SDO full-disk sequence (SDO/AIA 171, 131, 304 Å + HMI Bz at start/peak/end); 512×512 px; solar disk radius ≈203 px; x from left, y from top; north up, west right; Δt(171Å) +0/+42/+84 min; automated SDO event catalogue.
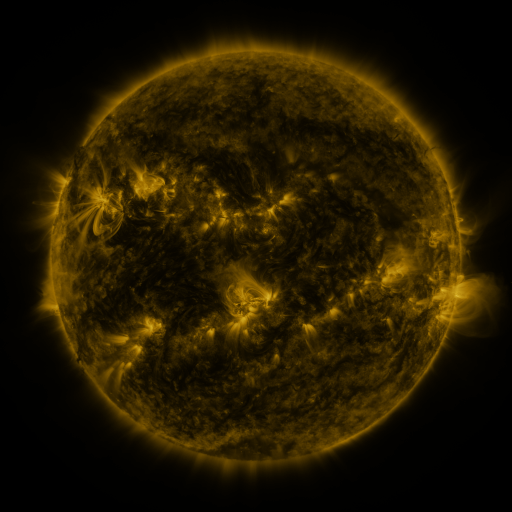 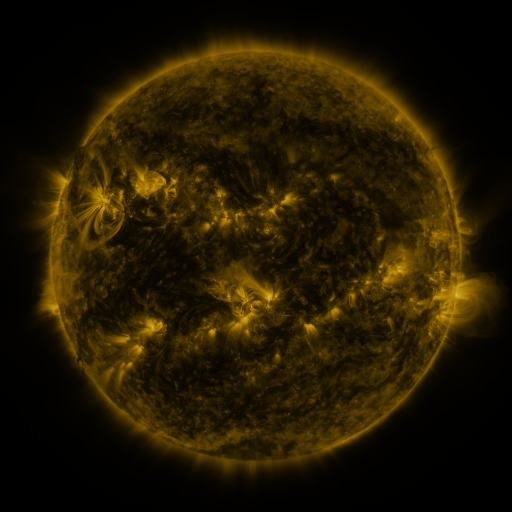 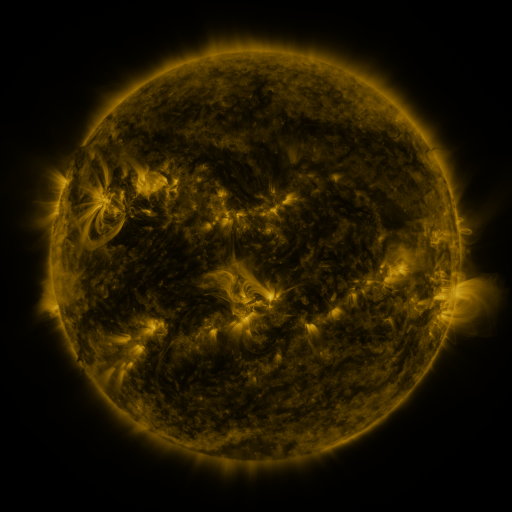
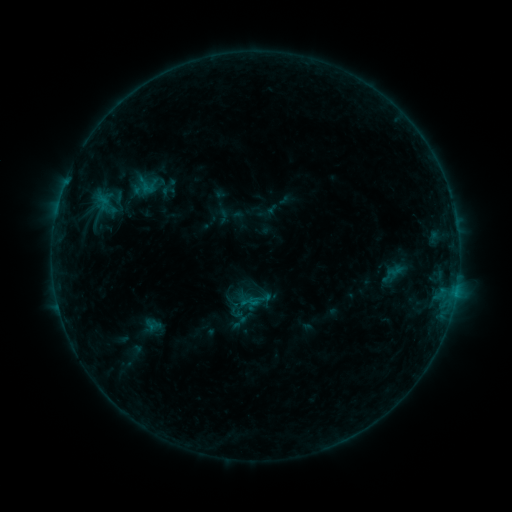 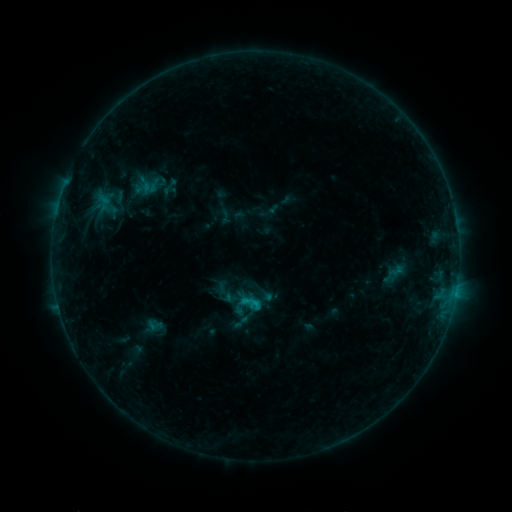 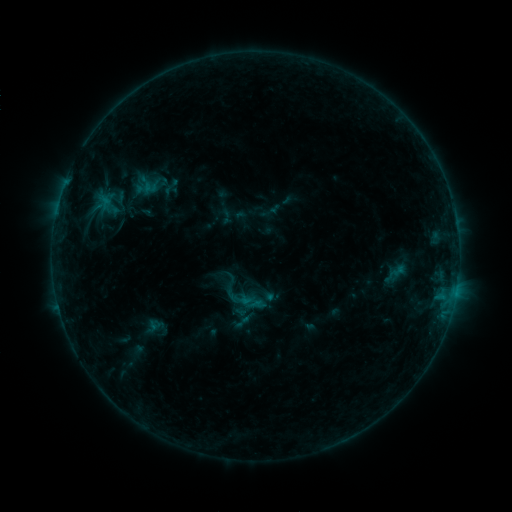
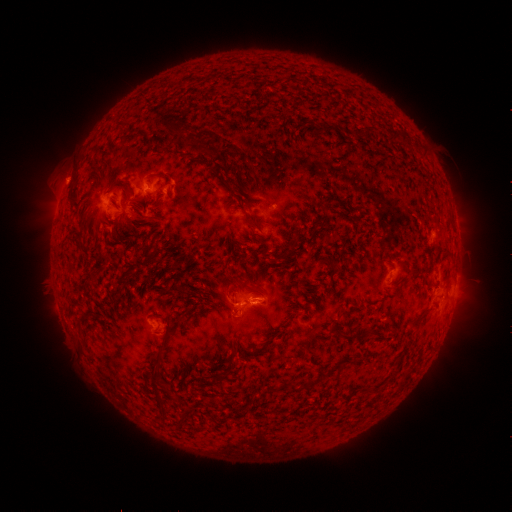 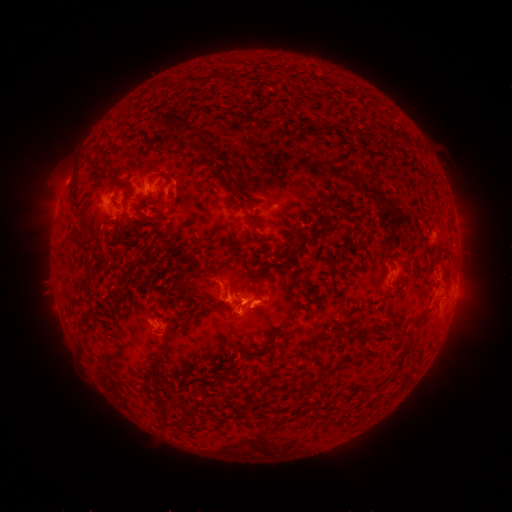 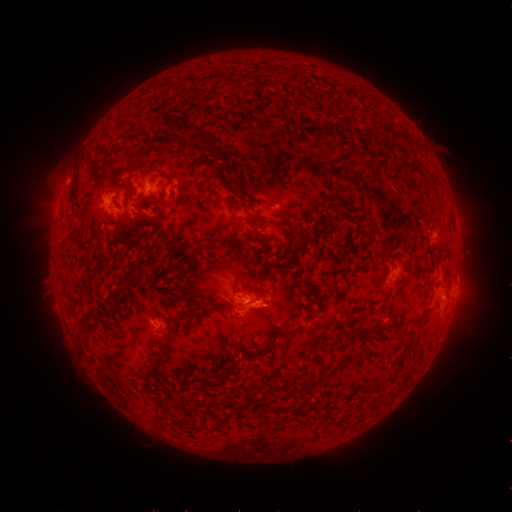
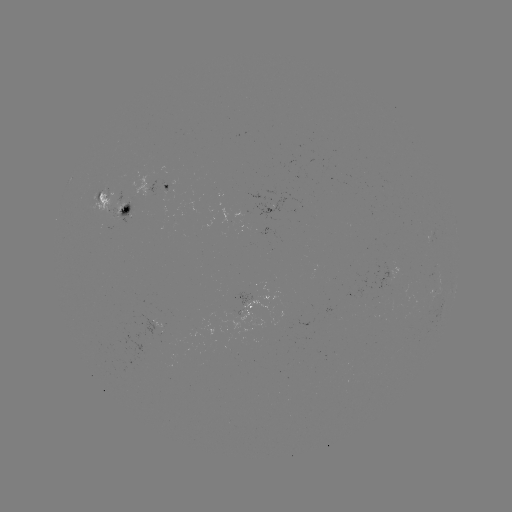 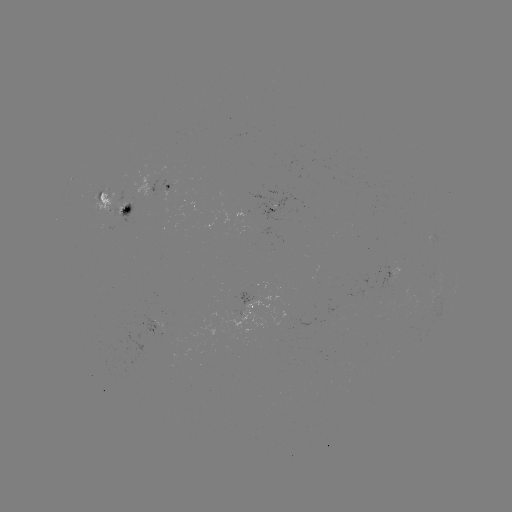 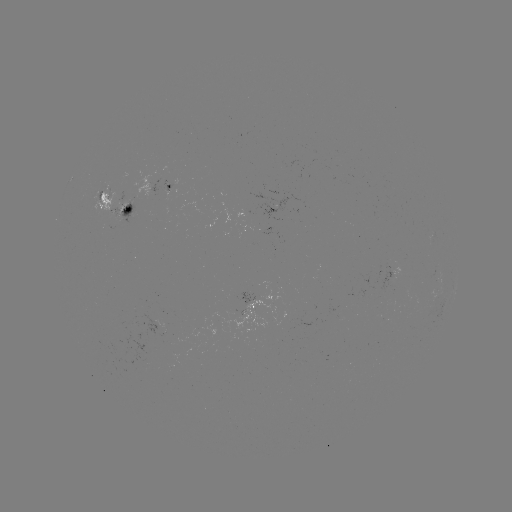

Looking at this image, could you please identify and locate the eruption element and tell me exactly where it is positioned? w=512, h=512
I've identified eruption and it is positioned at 213,289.